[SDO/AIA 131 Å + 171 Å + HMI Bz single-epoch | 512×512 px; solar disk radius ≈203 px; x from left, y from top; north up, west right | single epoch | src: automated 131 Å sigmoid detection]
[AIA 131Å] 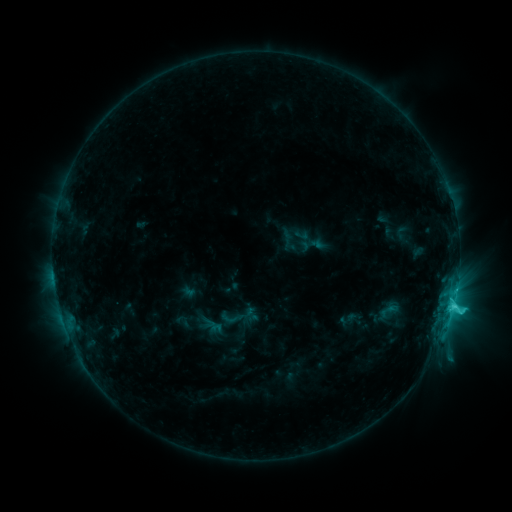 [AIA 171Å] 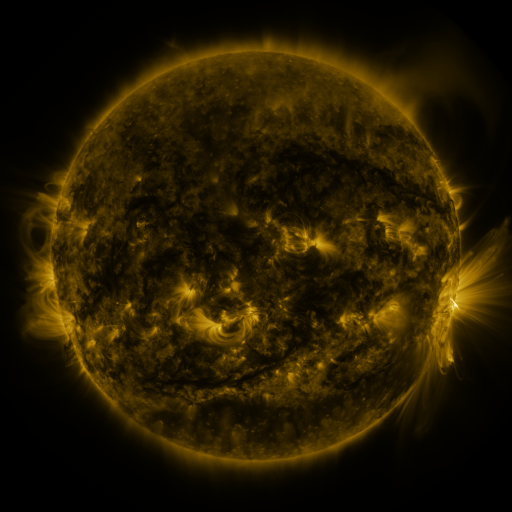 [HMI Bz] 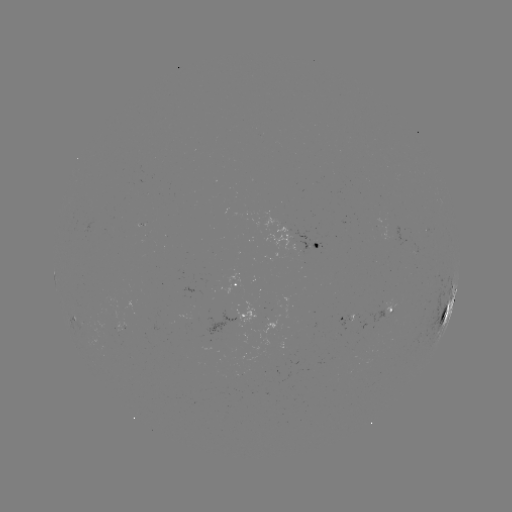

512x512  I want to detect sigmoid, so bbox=[378, 301, 398, 320].